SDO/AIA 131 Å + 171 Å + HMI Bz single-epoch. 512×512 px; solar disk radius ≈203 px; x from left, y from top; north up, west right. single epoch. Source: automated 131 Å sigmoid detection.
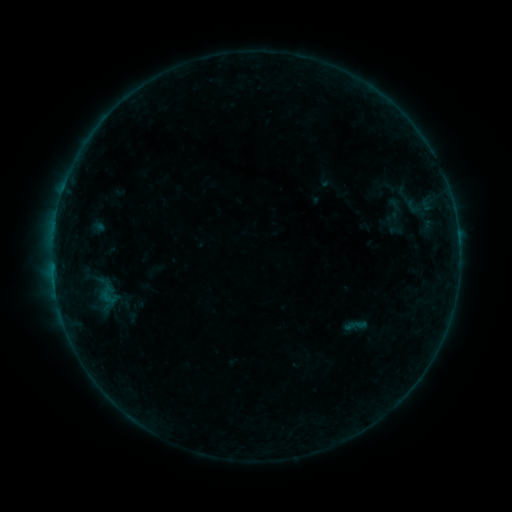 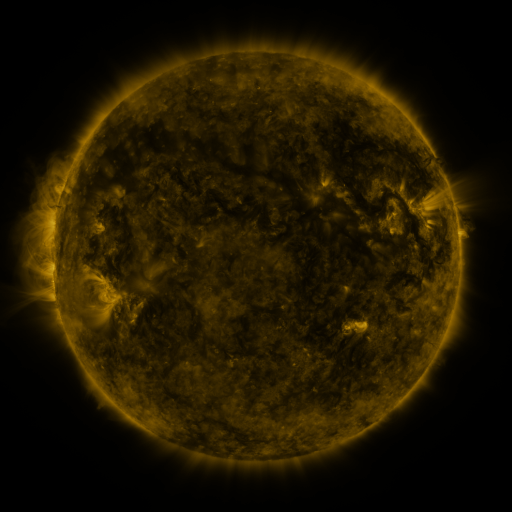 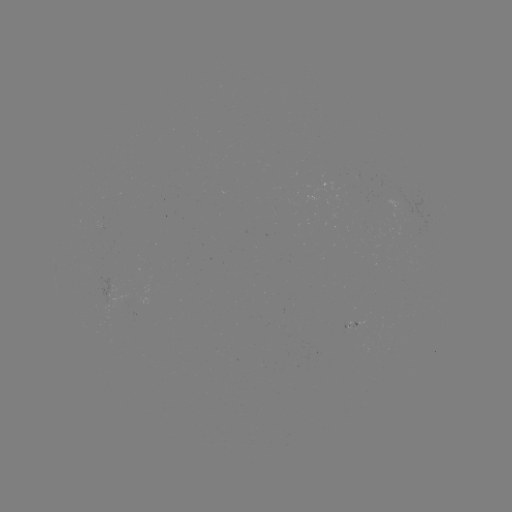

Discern sigmoid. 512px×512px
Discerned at (355, 325).